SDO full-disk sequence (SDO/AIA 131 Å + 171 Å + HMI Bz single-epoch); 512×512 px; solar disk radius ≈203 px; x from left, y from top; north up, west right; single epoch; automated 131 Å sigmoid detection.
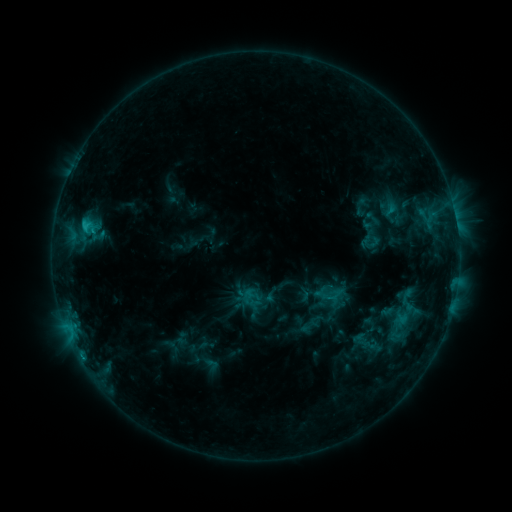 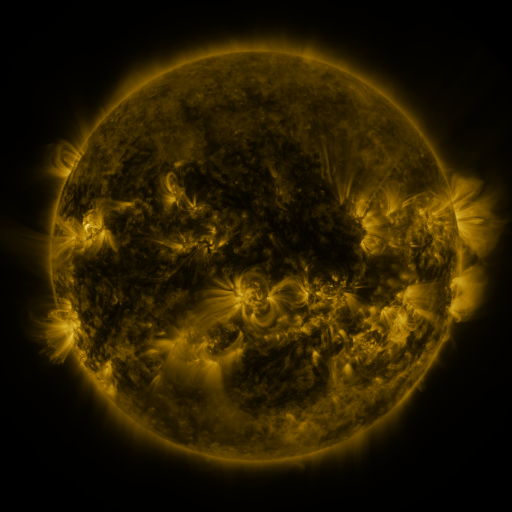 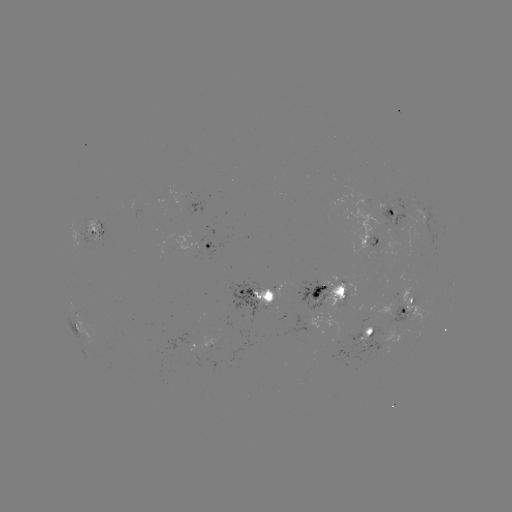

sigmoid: (394, 288, 421, 315)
